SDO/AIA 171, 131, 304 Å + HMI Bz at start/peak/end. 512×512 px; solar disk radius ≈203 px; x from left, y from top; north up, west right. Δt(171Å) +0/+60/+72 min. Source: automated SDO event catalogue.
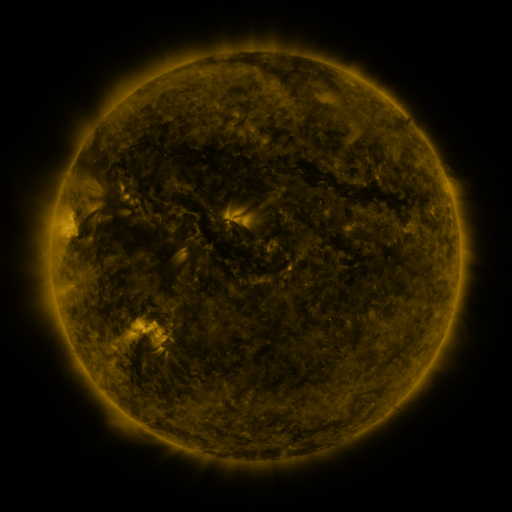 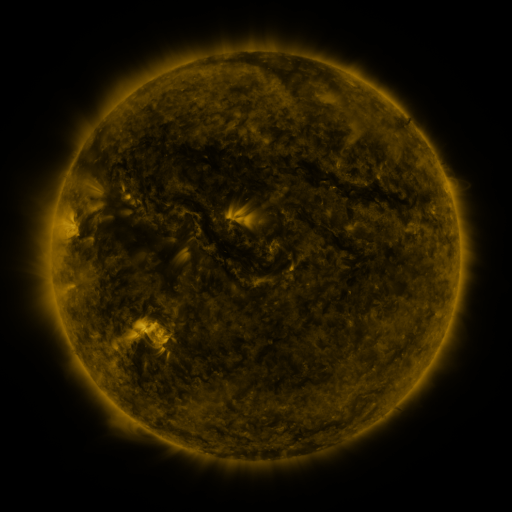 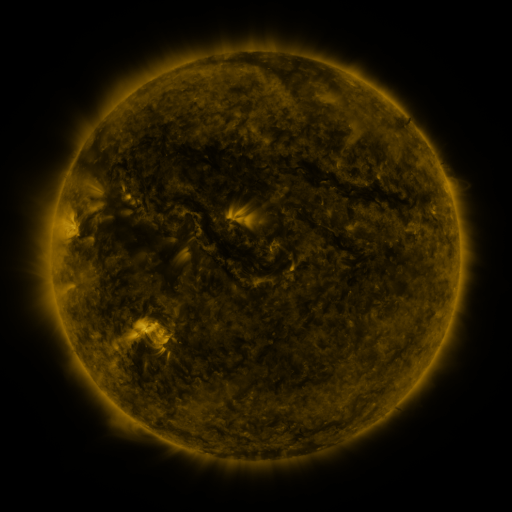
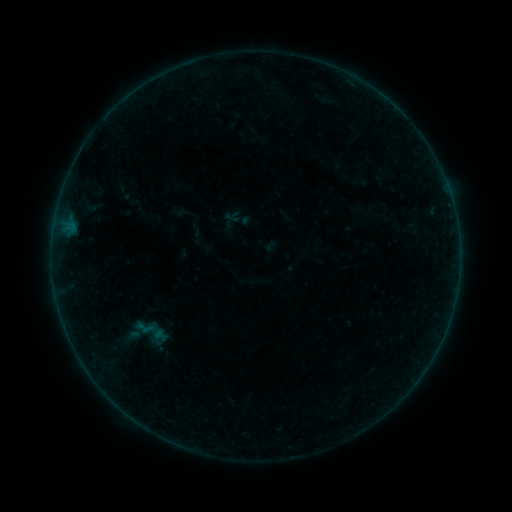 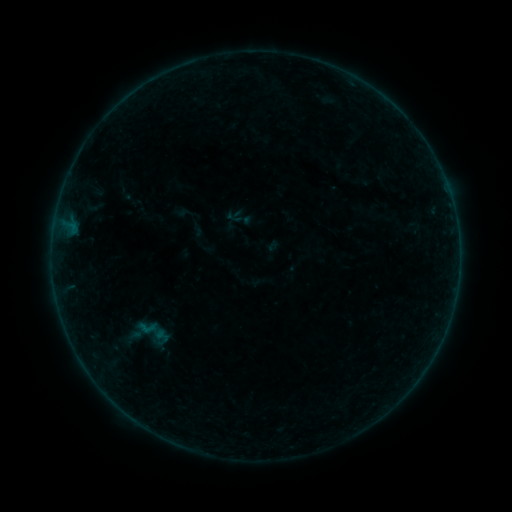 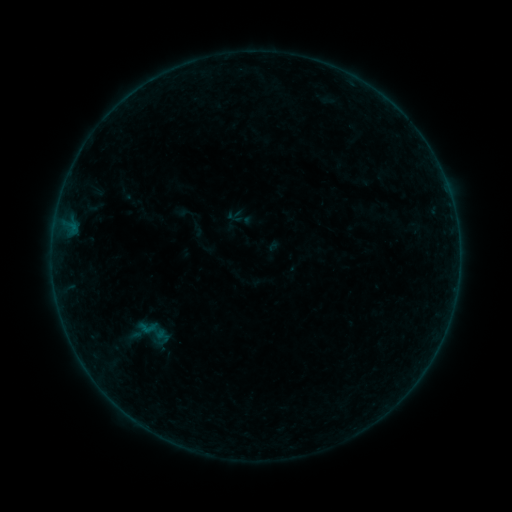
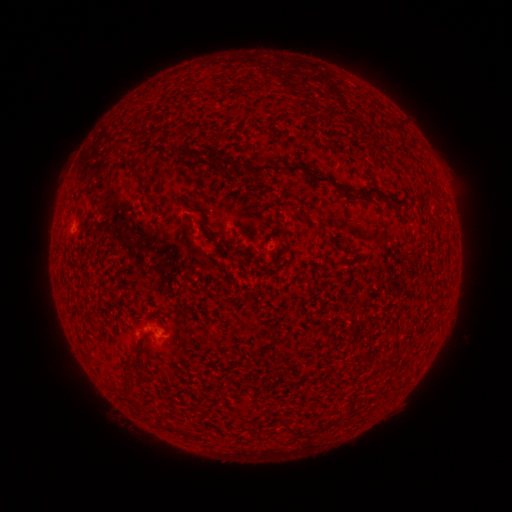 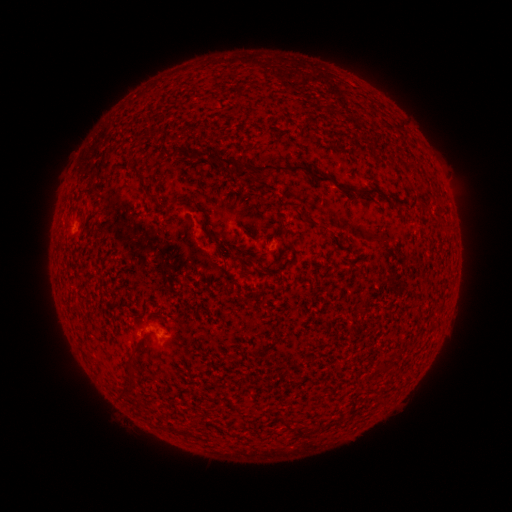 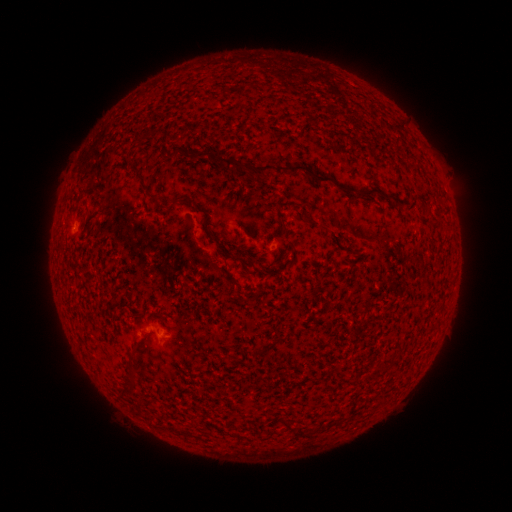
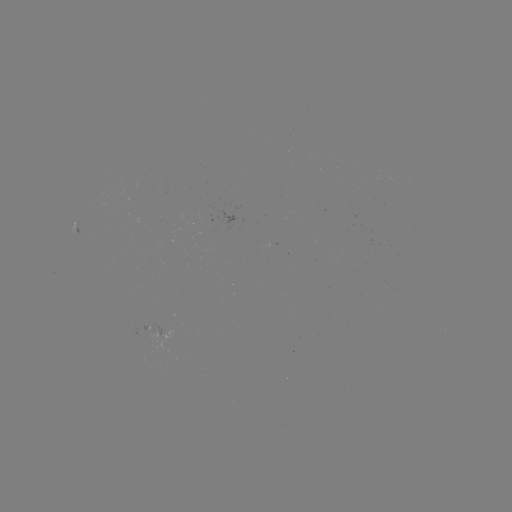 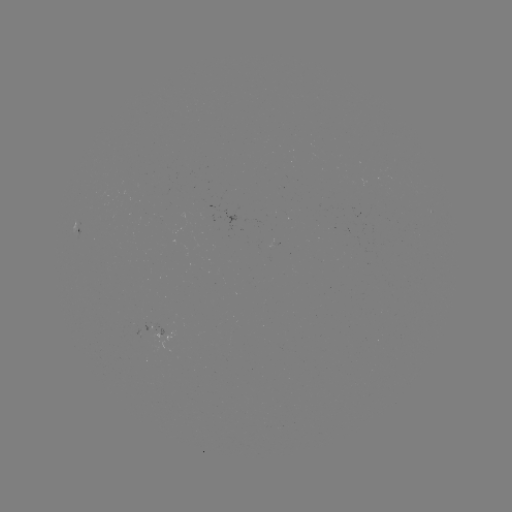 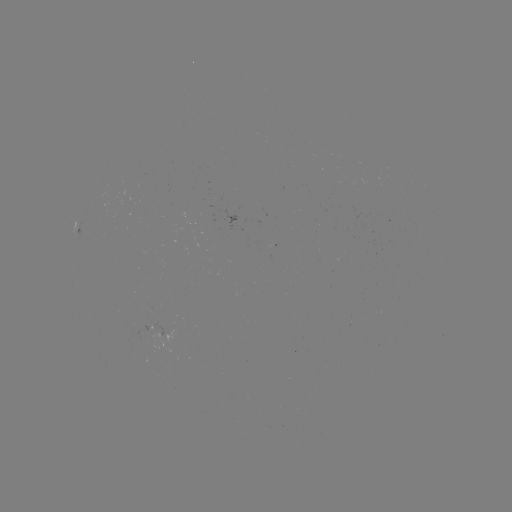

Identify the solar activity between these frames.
emerging-flux region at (148, 331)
